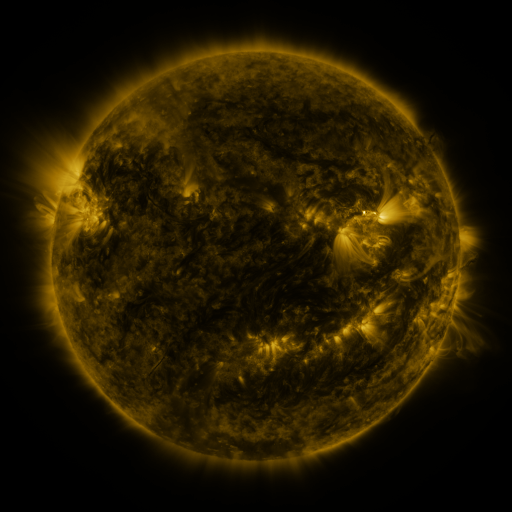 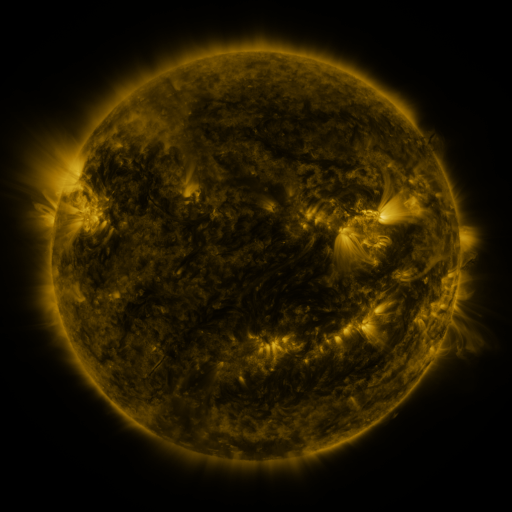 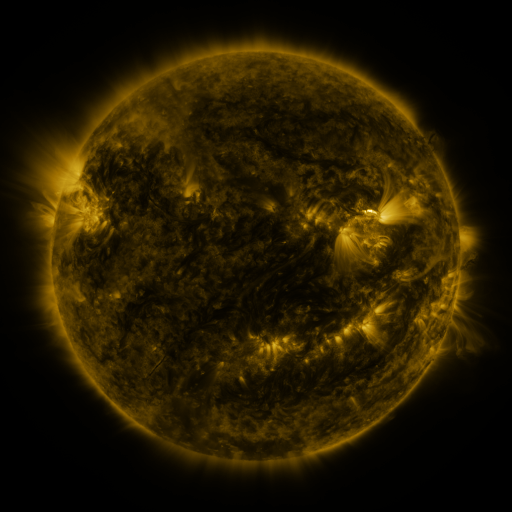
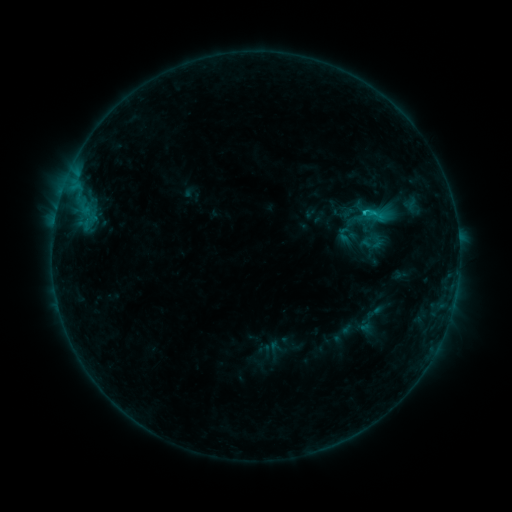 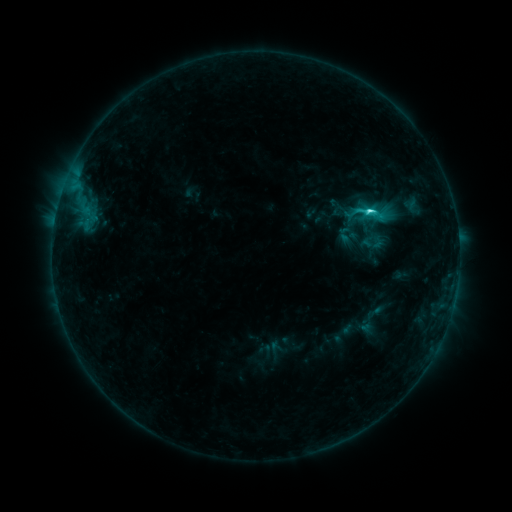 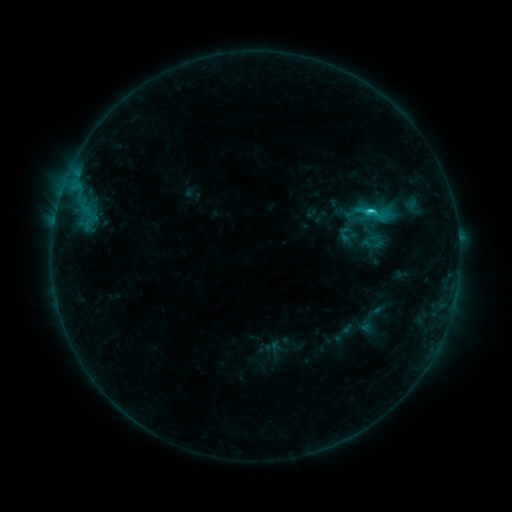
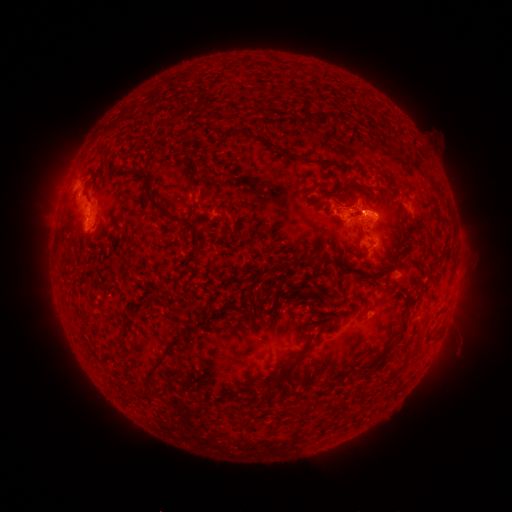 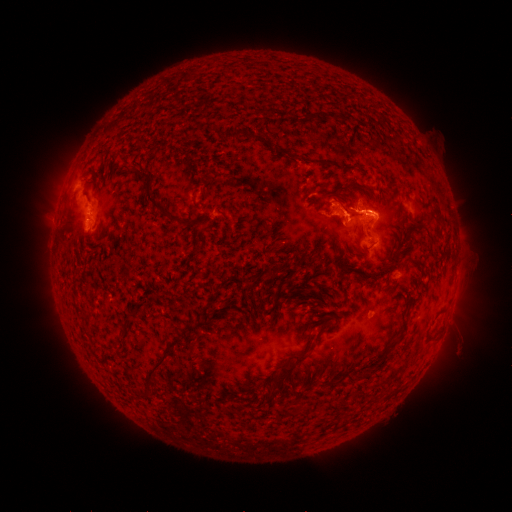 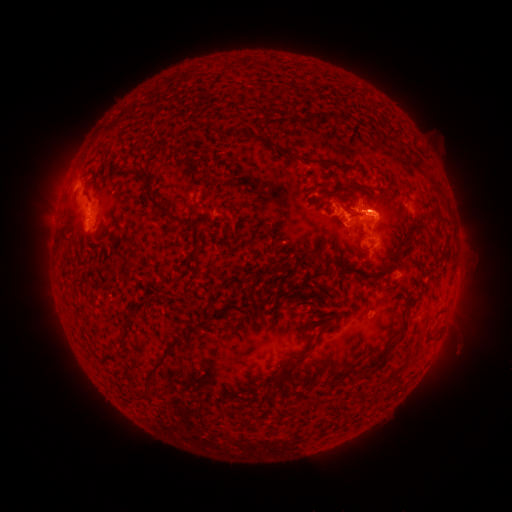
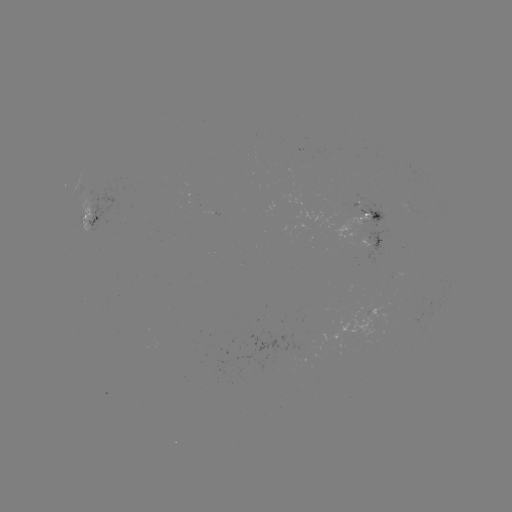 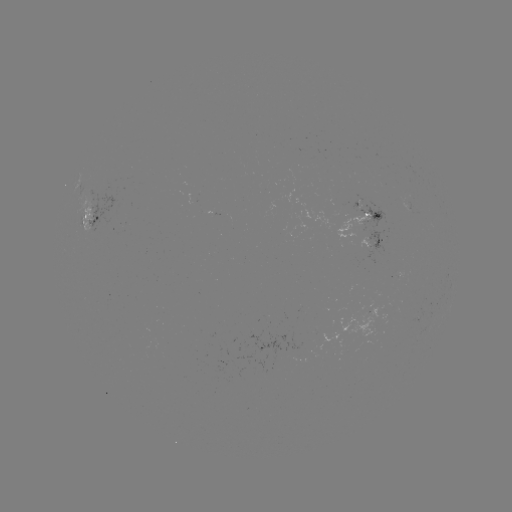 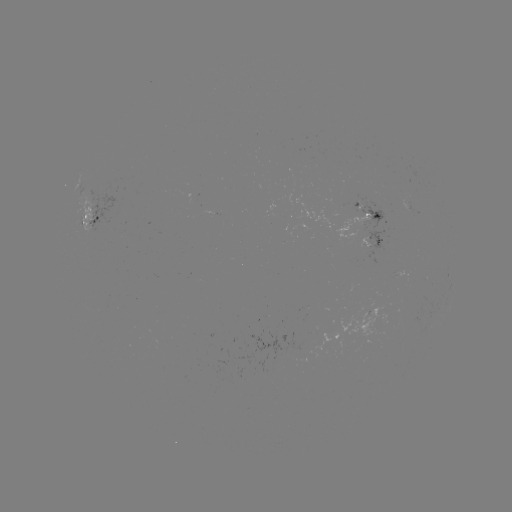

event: flare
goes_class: C3.3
